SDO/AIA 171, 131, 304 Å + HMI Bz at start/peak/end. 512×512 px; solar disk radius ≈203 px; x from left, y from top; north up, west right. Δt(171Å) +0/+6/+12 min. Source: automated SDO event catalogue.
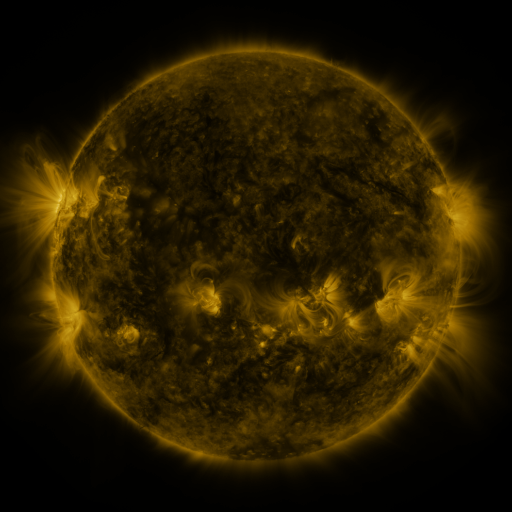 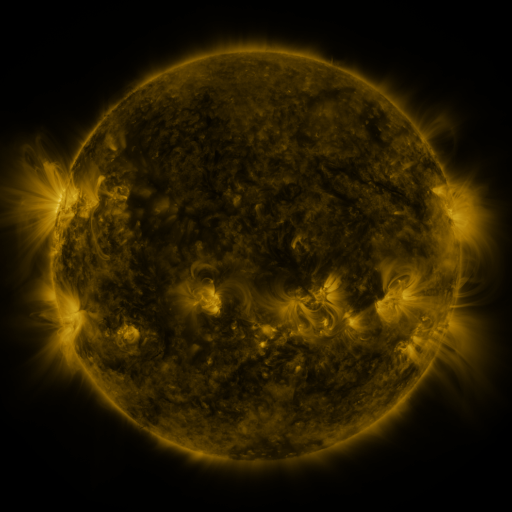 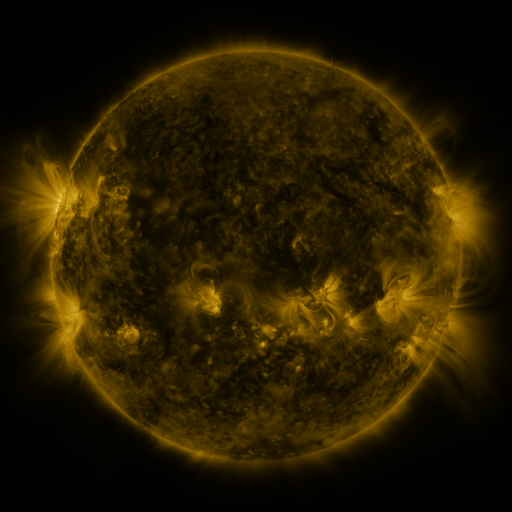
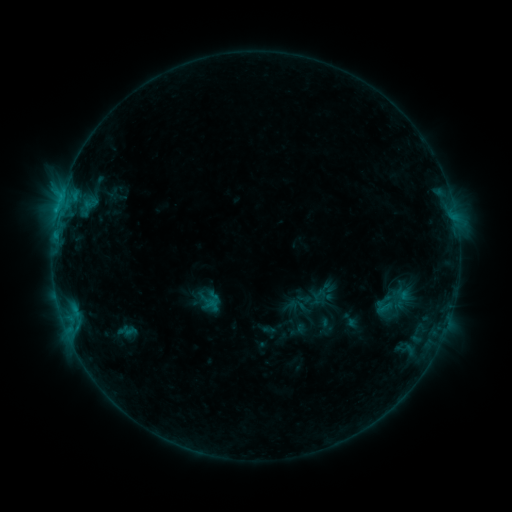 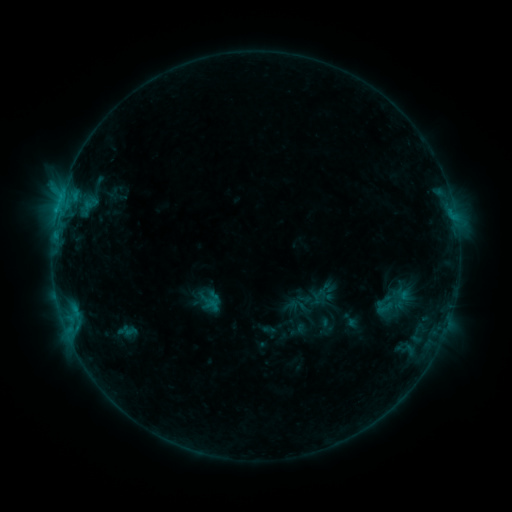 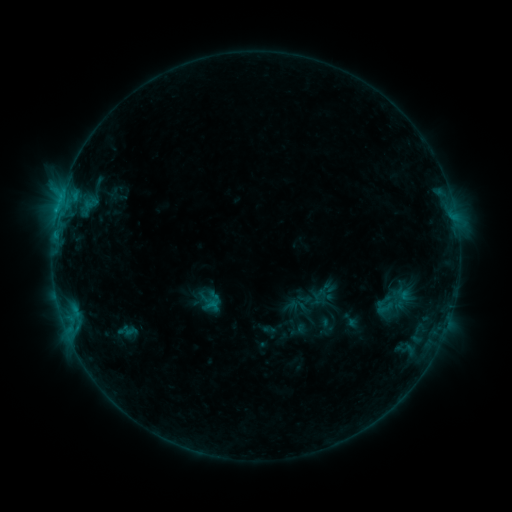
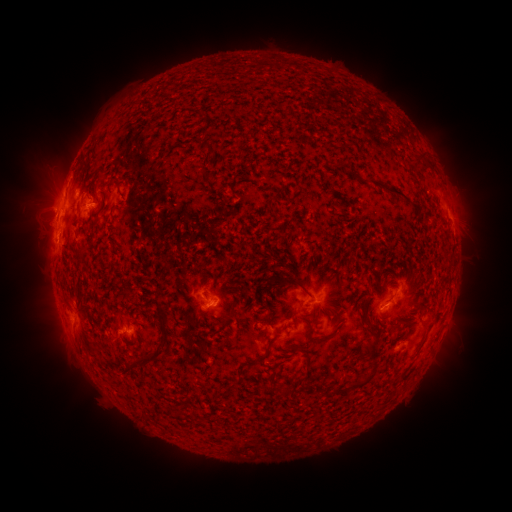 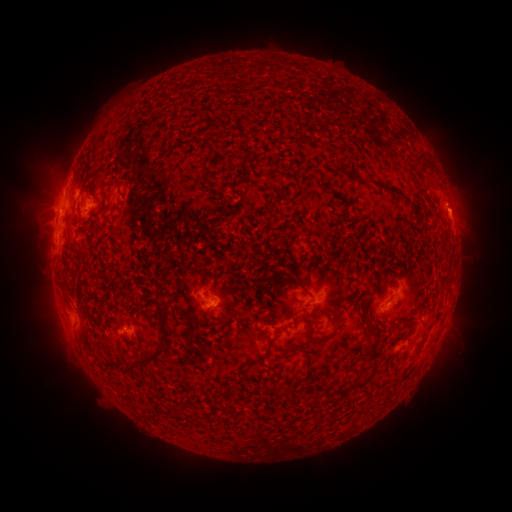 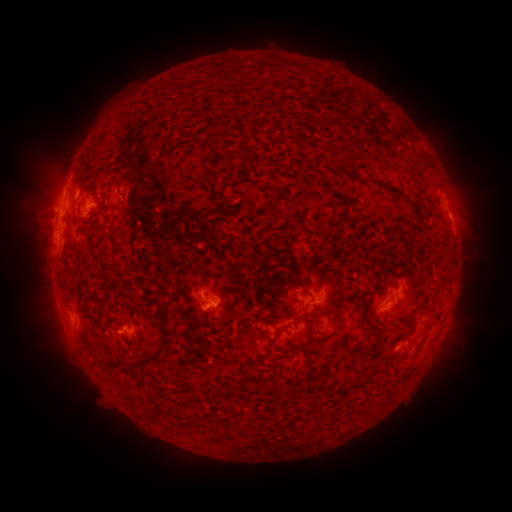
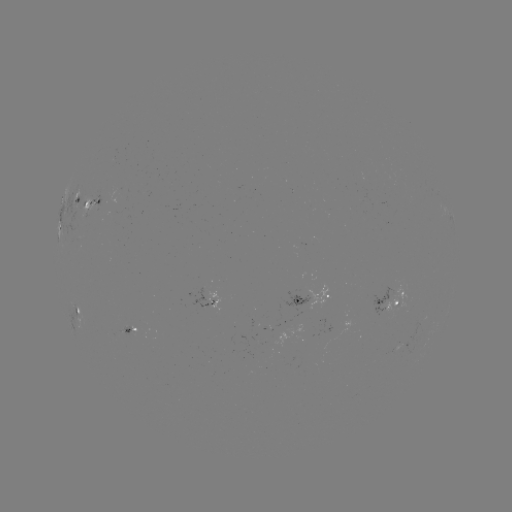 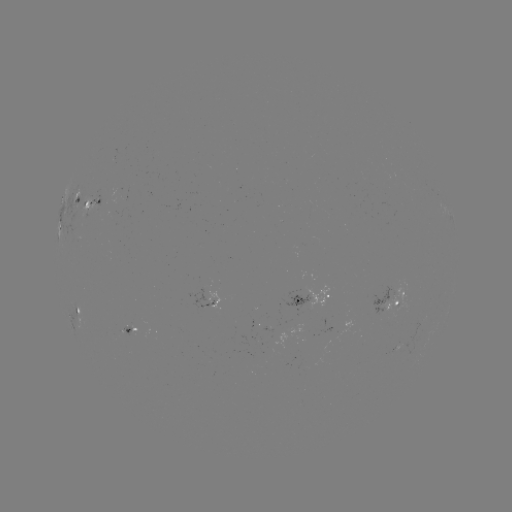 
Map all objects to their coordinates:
eruption: (456, 202)
